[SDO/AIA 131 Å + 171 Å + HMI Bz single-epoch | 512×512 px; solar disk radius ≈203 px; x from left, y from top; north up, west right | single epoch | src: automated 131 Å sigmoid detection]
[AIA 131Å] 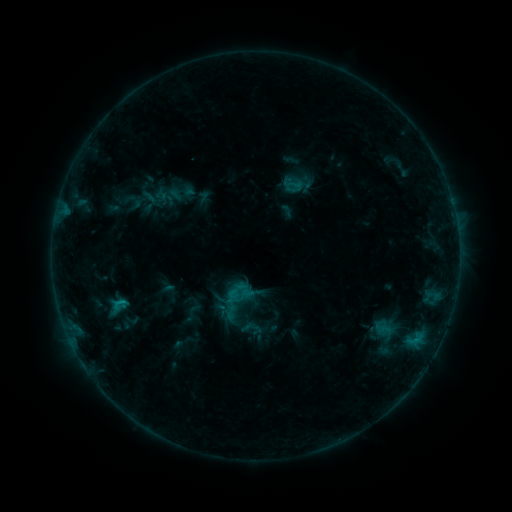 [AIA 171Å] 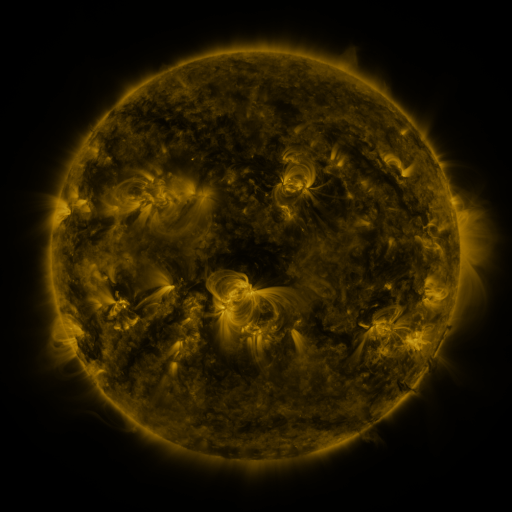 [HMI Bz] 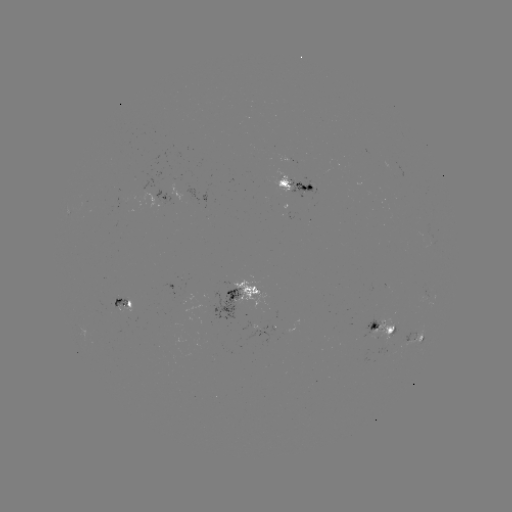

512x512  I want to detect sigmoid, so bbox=[228, 282, 248, 301].